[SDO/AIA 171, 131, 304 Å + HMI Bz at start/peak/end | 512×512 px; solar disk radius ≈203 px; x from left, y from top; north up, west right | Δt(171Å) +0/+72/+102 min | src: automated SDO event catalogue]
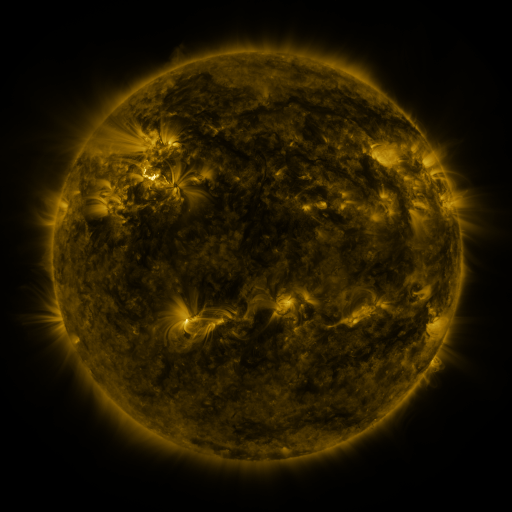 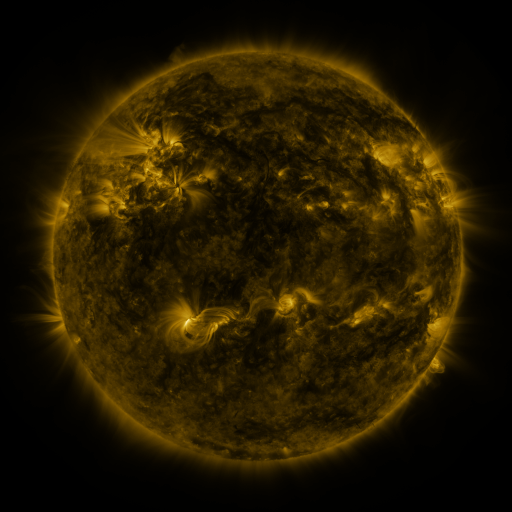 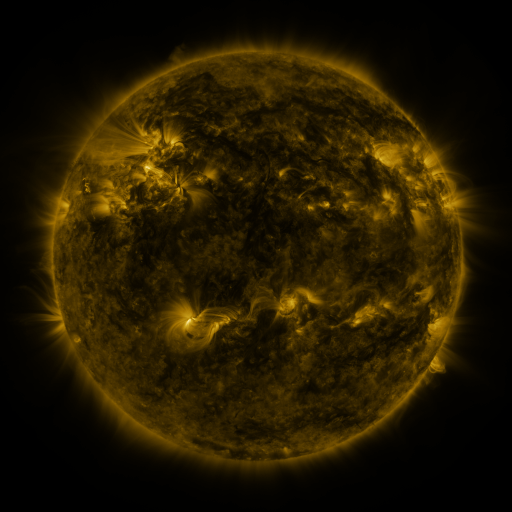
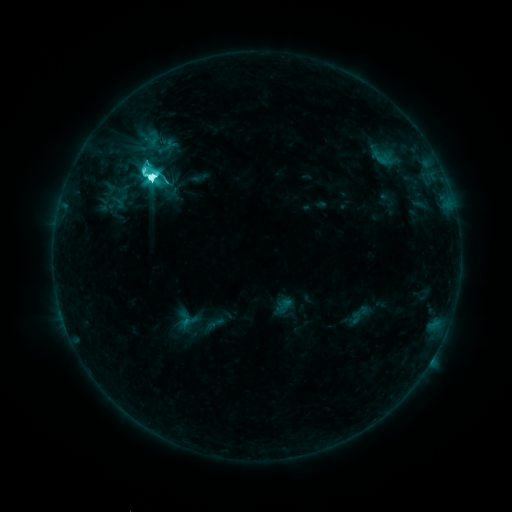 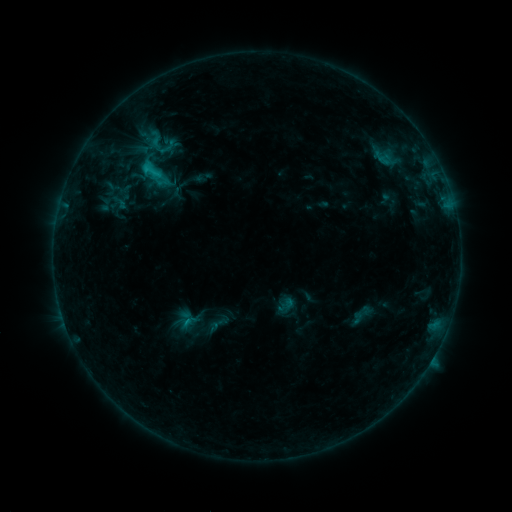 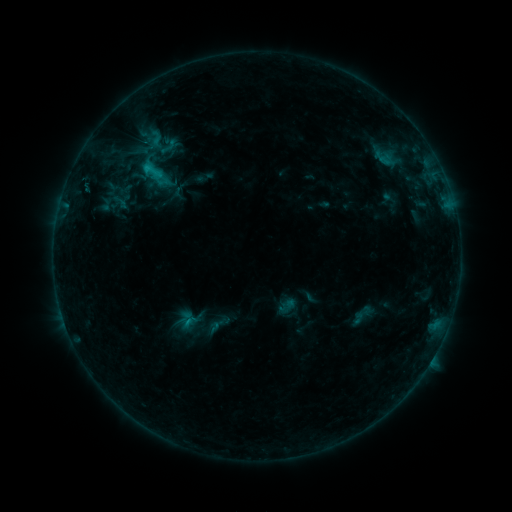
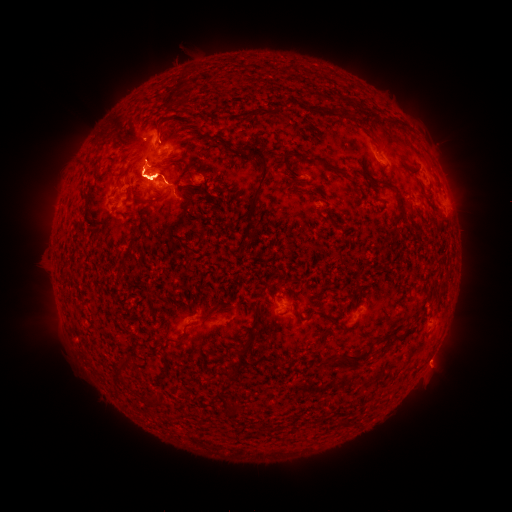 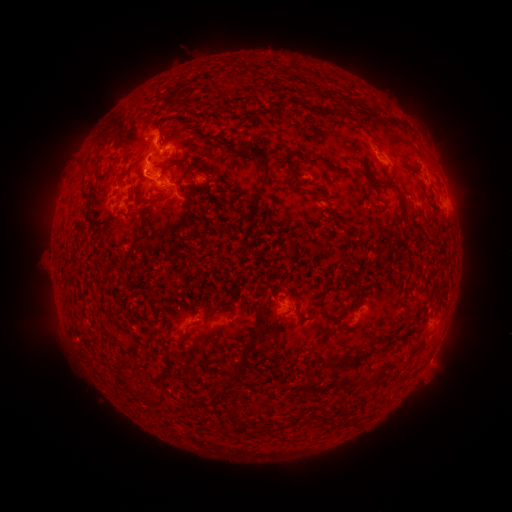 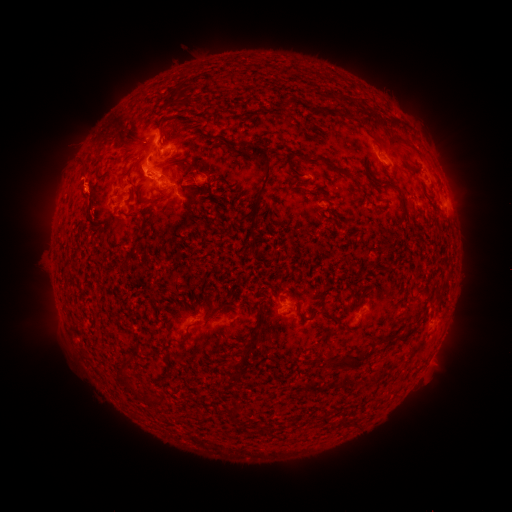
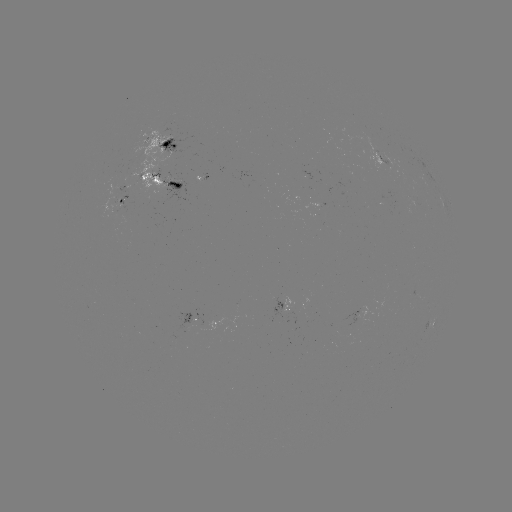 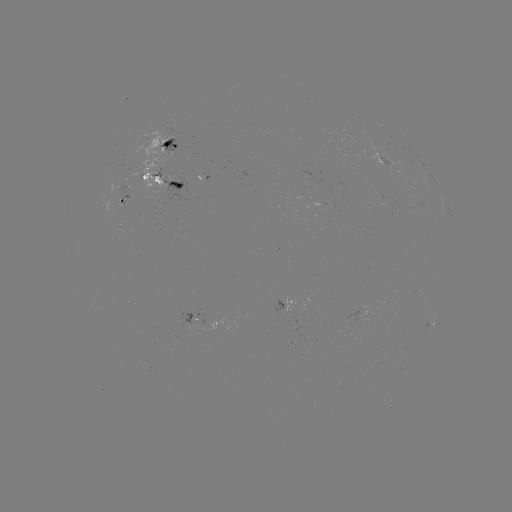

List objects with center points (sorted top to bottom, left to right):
emerging-flux region: (202, 179)
